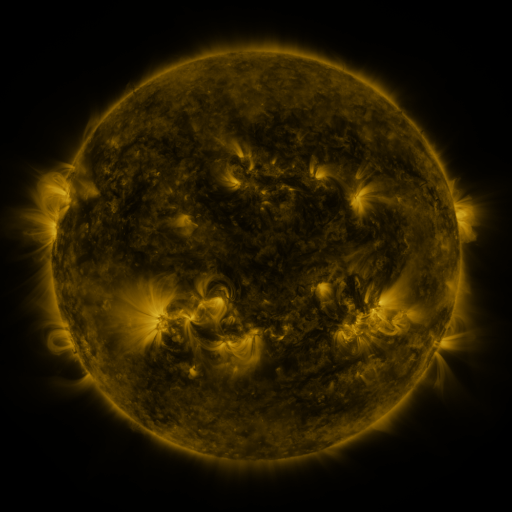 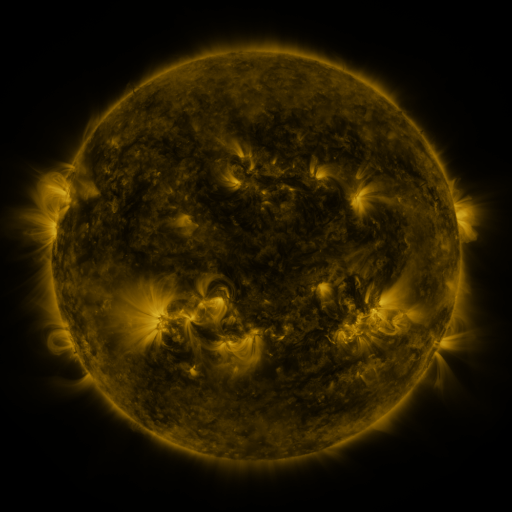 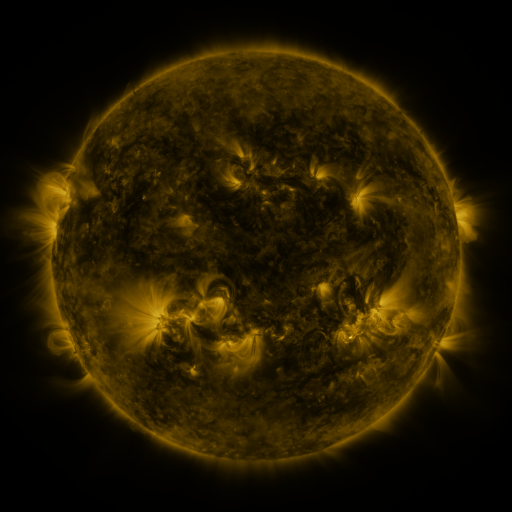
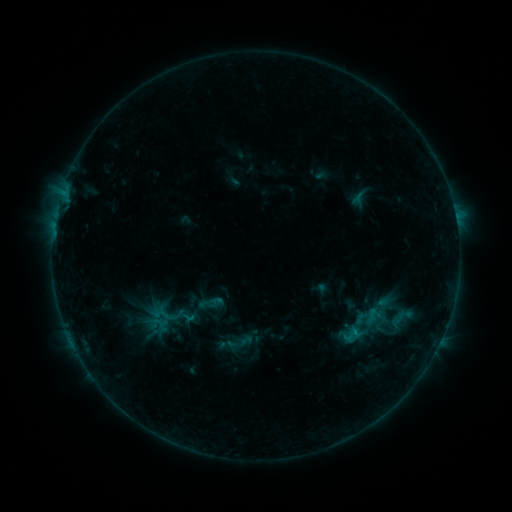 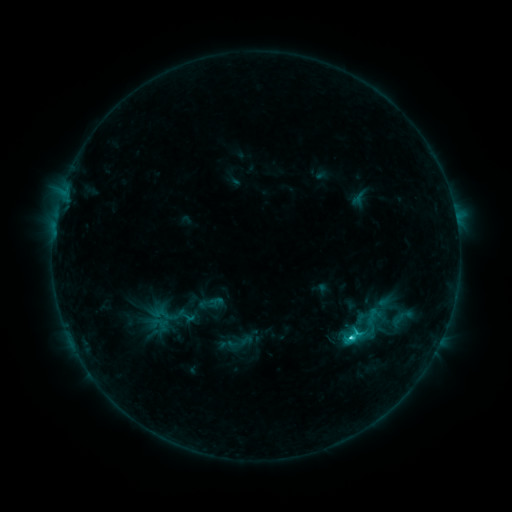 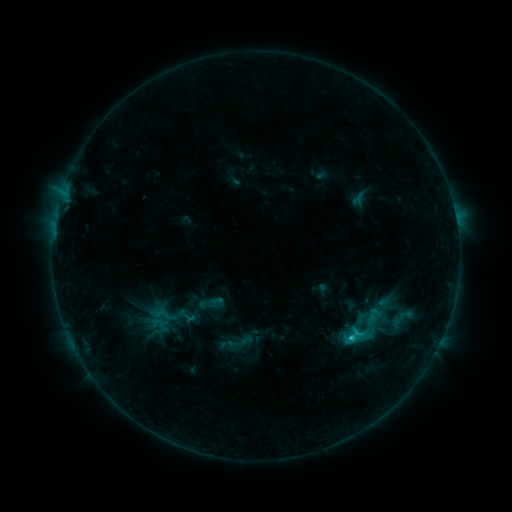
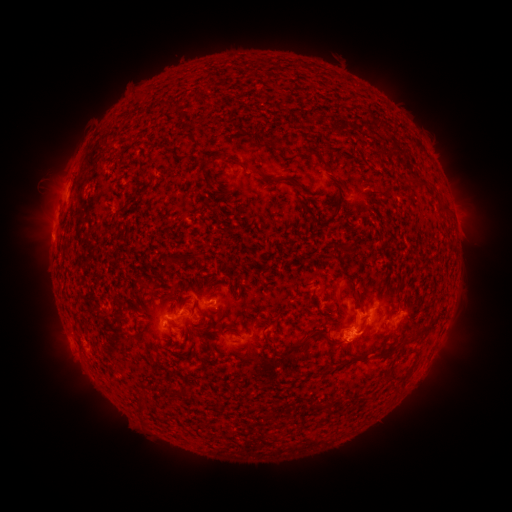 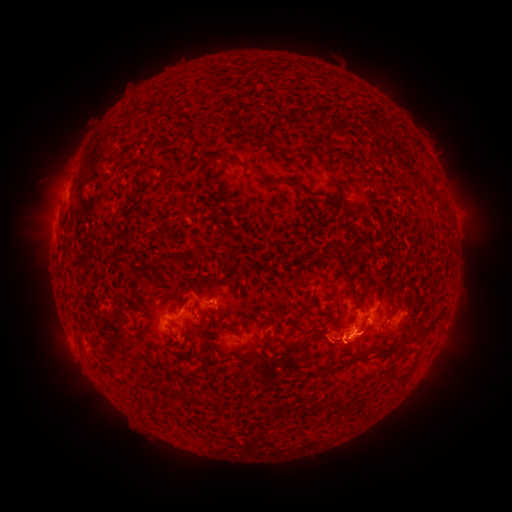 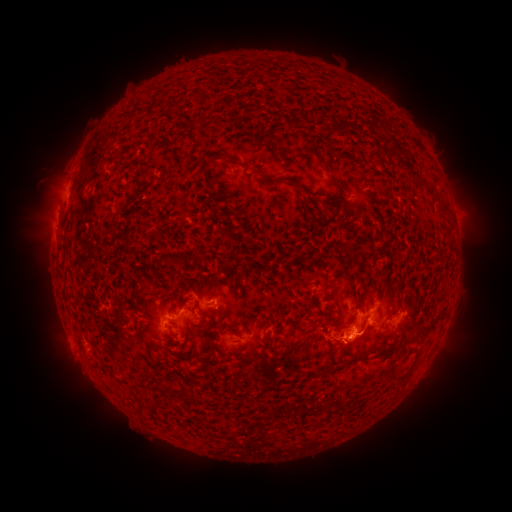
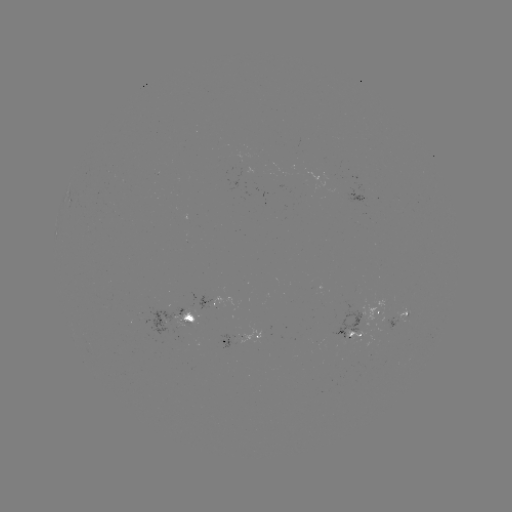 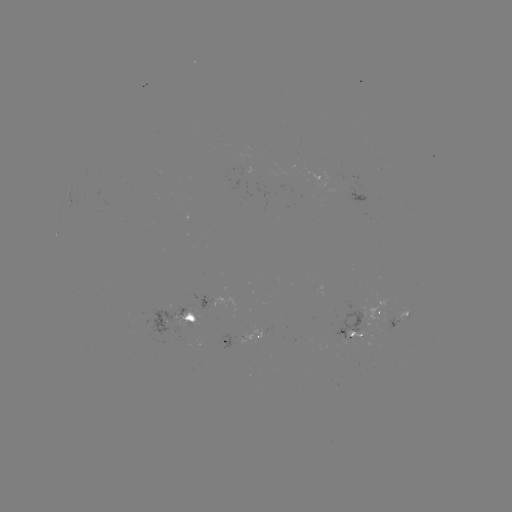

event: flare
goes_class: C2.2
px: (349, 337)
